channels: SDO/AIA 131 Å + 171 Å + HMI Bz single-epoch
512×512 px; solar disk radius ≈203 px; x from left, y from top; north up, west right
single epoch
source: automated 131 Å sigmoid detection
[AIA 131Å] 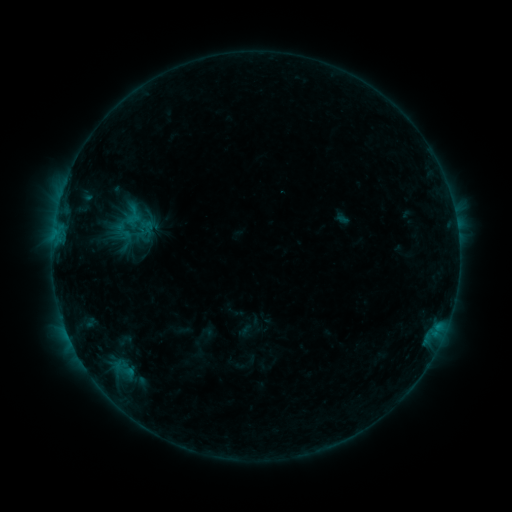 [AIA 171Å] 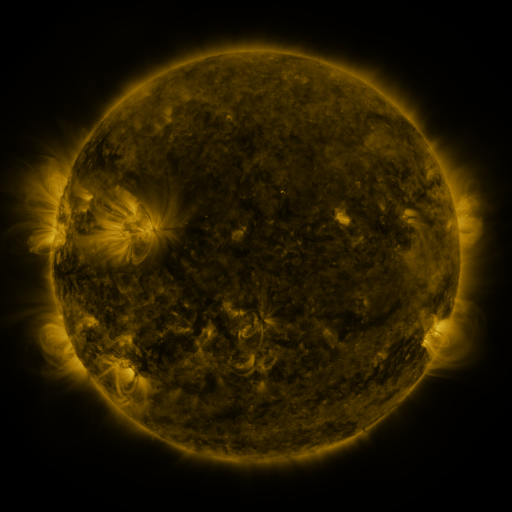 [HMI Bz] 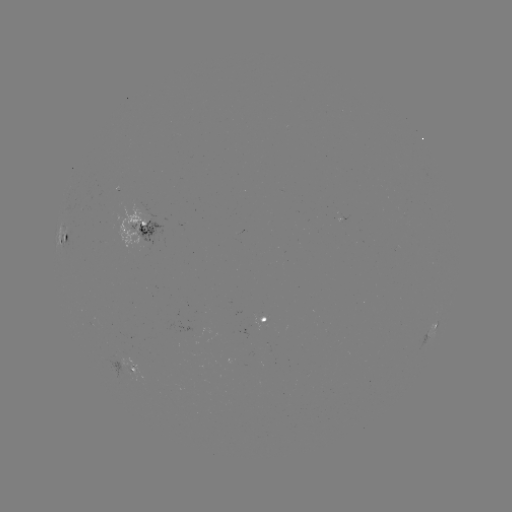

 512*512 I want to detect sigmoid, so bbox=[123, 204, 152, 237].